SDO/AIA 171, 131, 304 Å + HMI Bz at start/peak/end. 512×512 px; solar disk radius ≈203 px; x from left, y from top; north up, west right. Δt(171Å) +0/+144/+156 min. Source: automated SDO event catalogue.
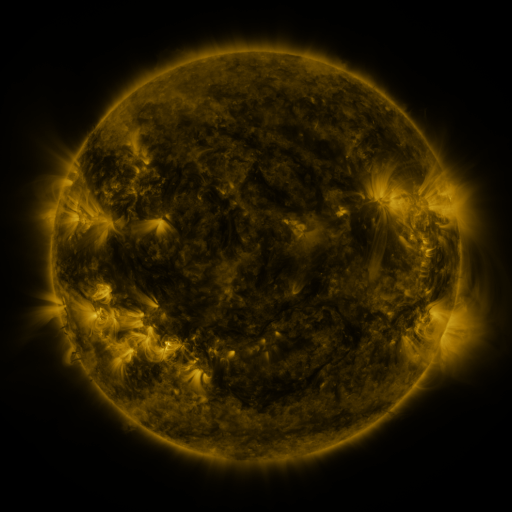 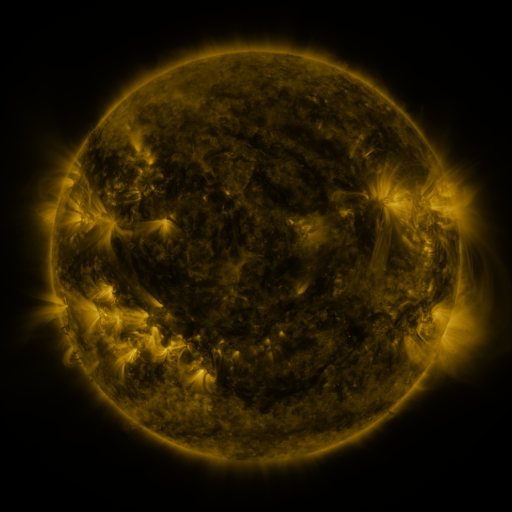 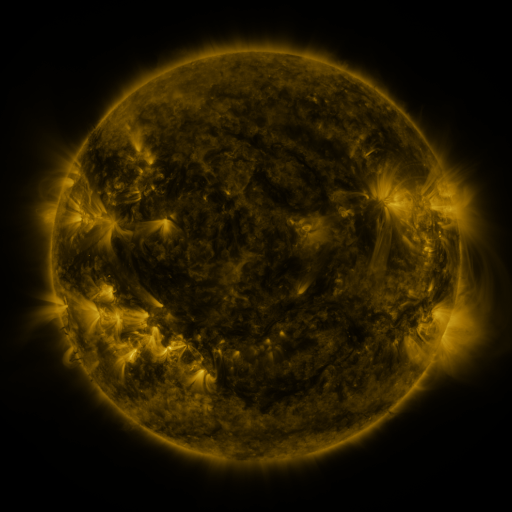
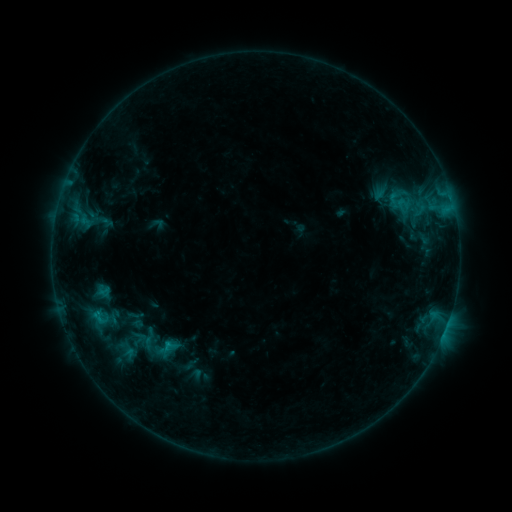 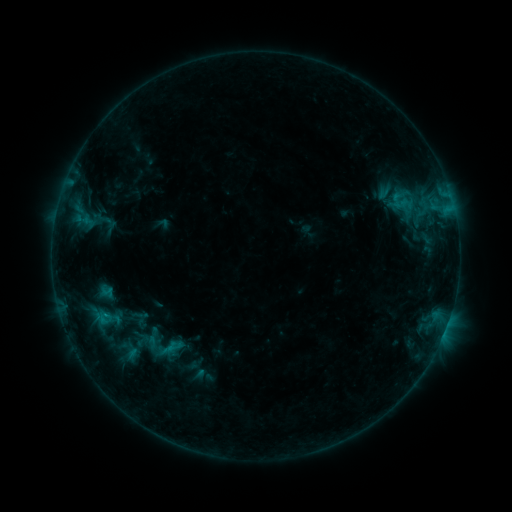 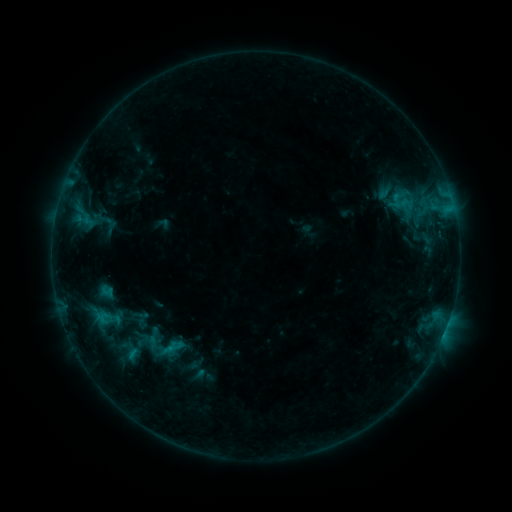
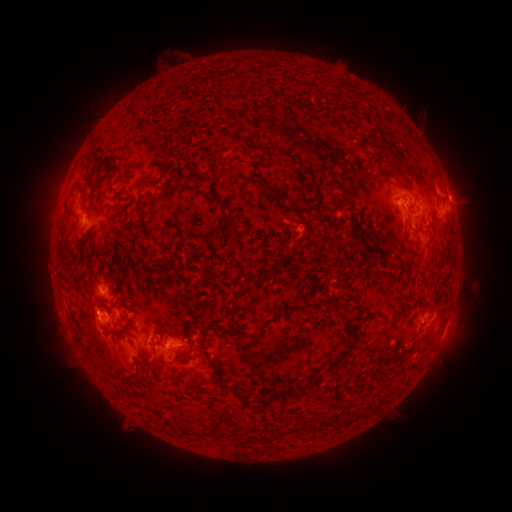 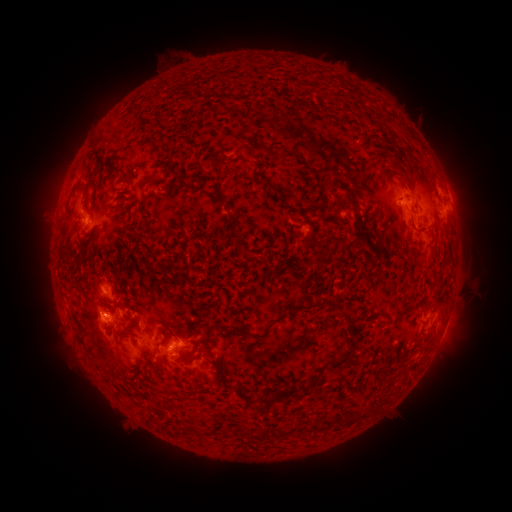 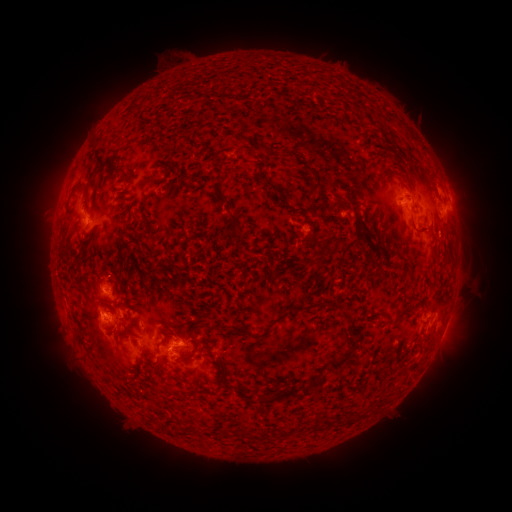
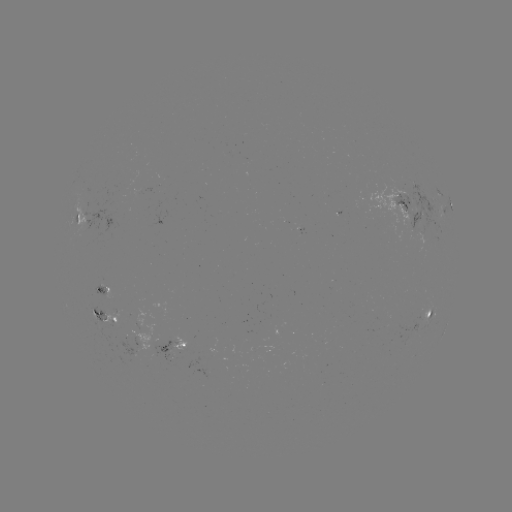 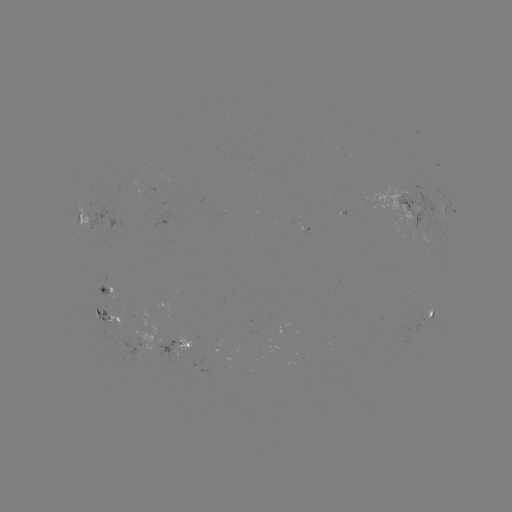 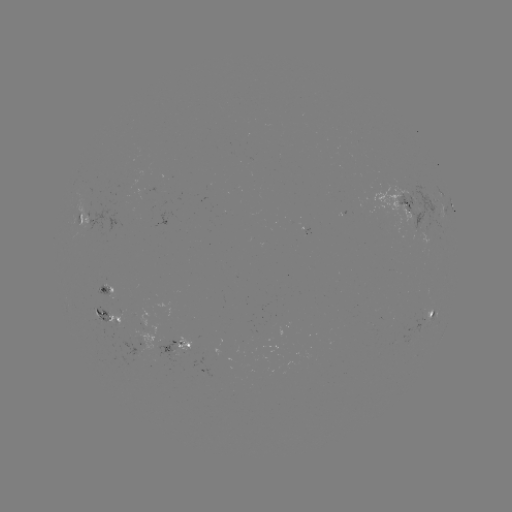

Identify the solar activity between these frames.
emerging-flux region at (94, 313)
